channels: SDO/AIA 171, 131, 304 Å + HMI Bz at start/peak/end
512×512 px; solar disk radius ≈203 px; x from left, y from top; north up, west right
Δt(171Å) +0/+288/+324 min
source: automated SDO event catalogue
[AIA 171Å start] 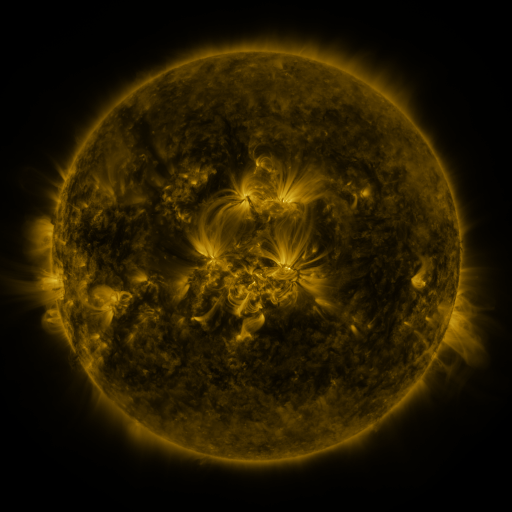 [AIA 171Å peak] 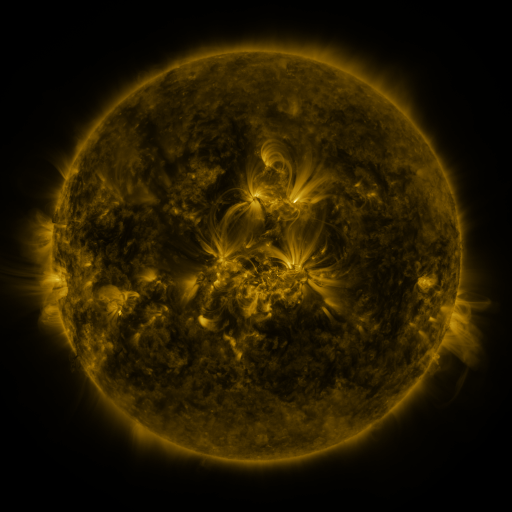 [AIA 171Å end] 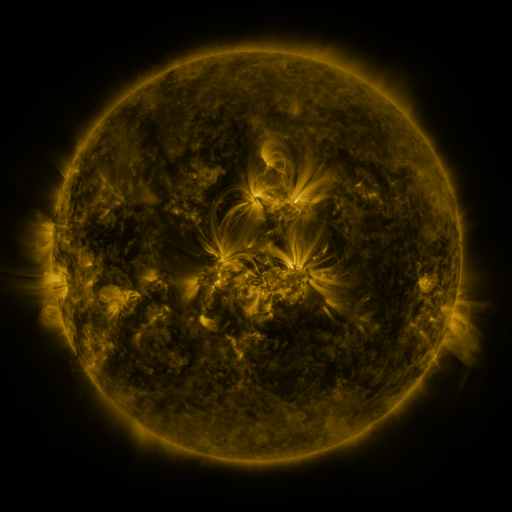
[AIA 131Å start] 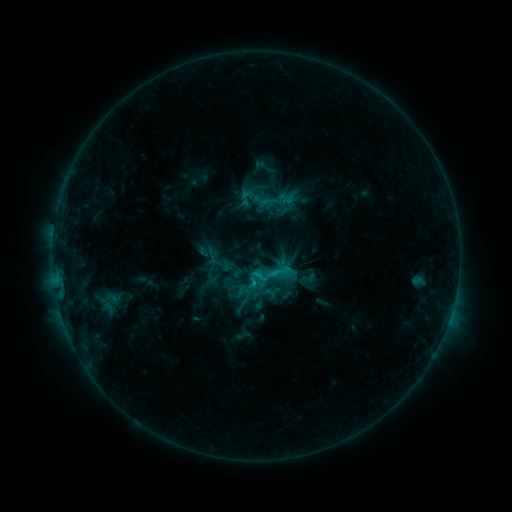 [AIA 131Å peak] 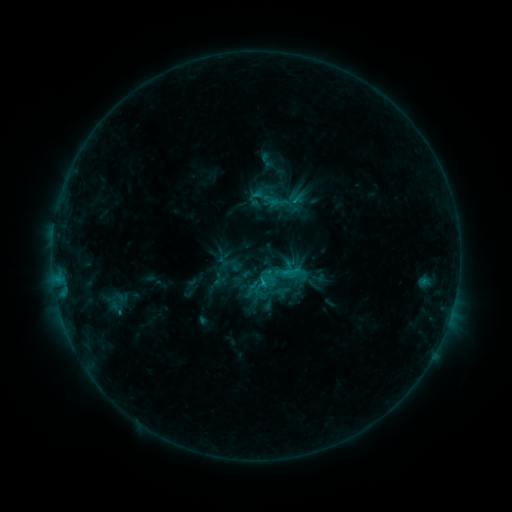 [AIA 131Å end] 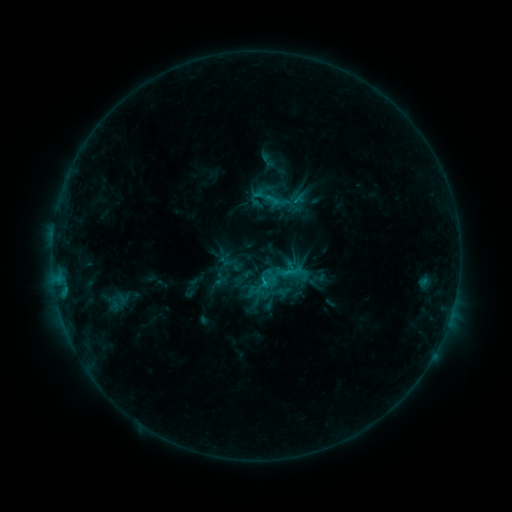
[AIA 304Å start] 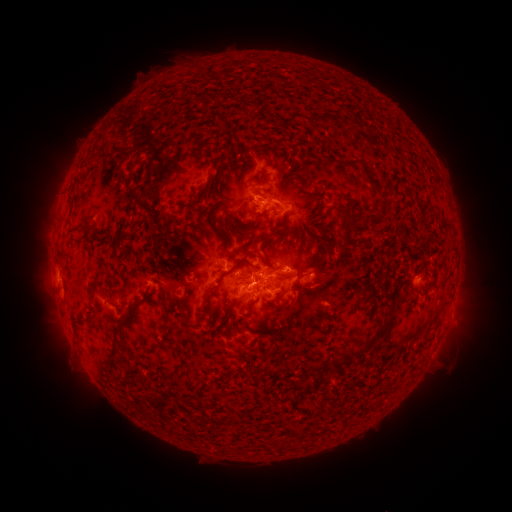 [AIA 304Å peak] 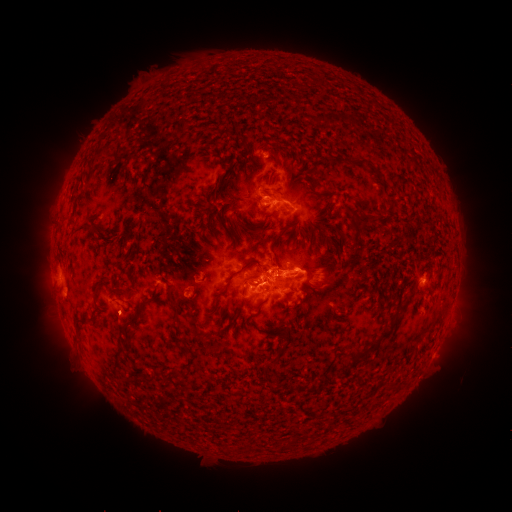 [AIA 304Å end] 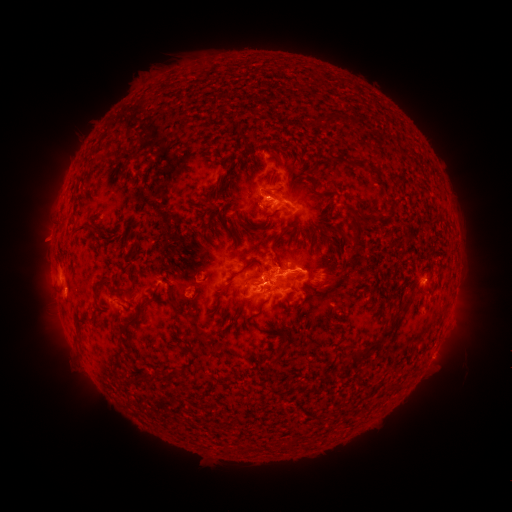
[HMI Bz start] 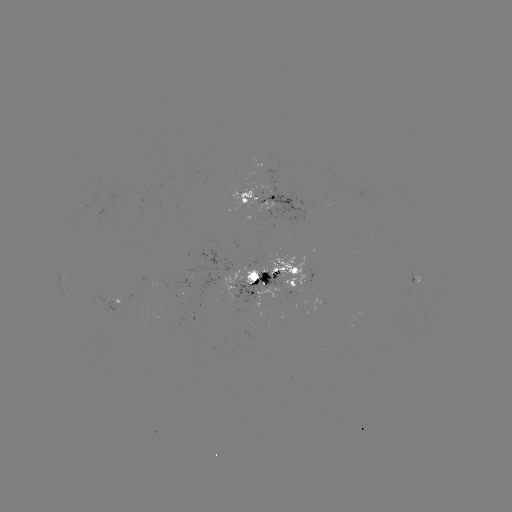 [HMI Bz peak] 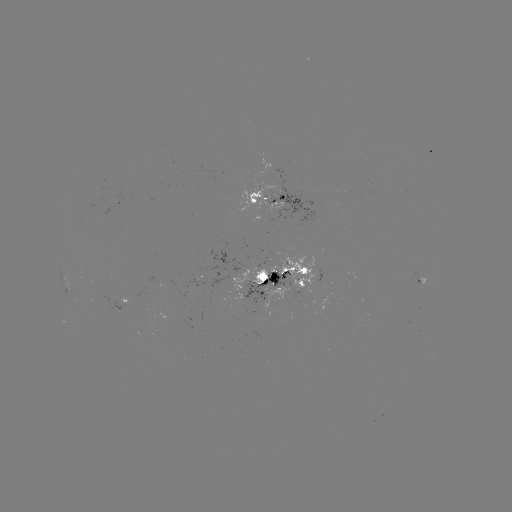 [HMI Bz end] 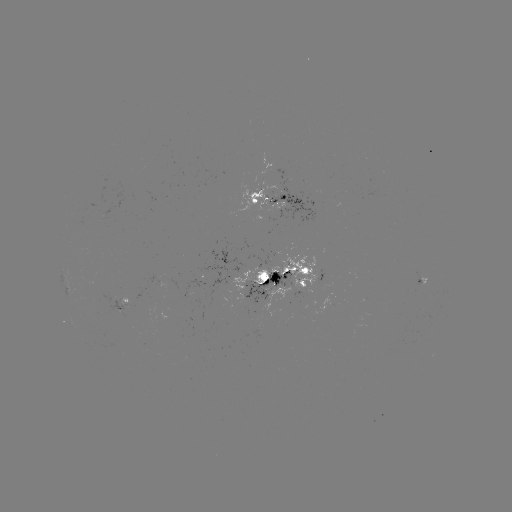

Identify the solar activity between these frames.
emerging-flux region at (267, 261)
